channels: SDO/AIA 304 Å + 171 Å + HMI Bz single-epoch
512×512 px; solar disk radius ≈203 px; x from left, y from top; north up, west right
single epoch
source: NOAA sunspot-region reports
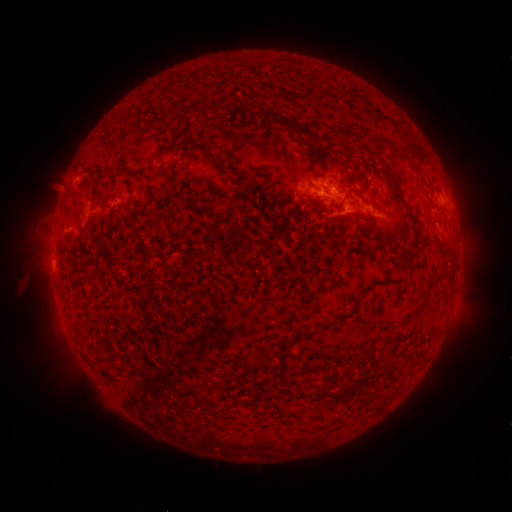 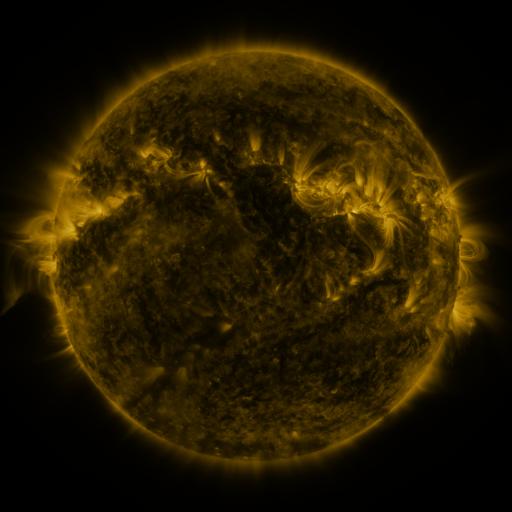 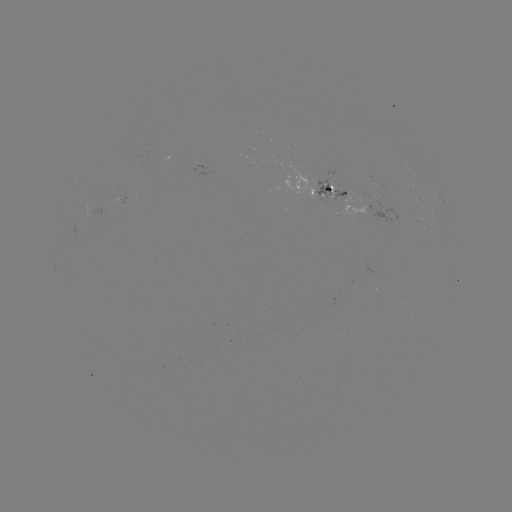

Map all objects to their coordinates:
spotted active region: (205, 171)
spotted active region: (320, 188)
spotted active region: (132, 198)
spotted active region: (448, 202)
spotted active region: (451, 307)
